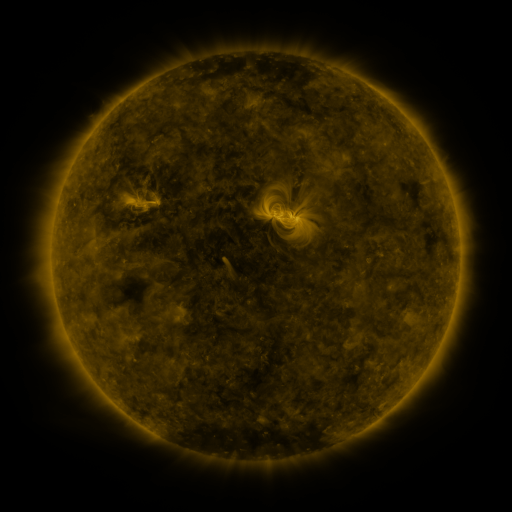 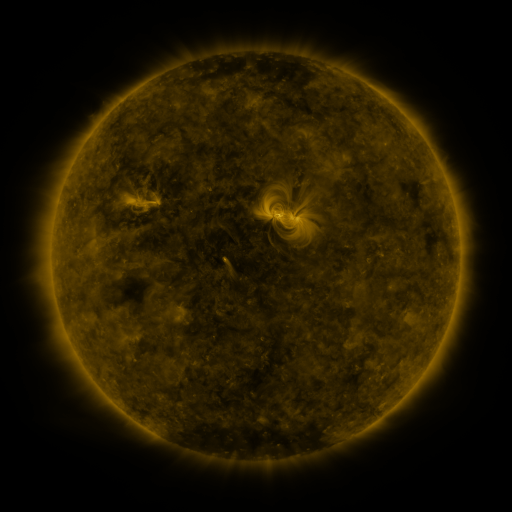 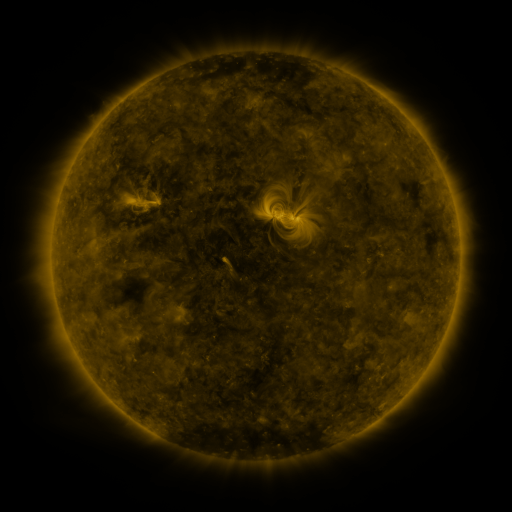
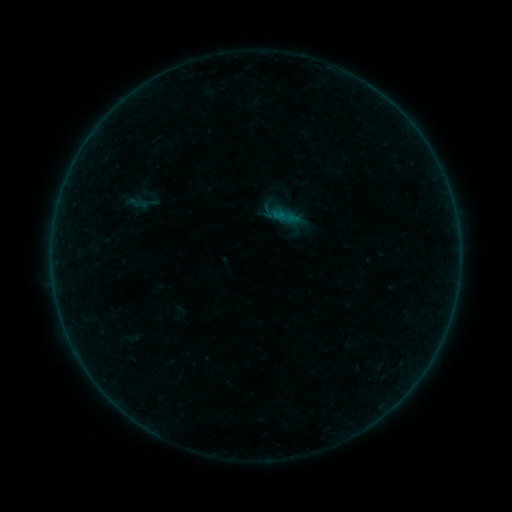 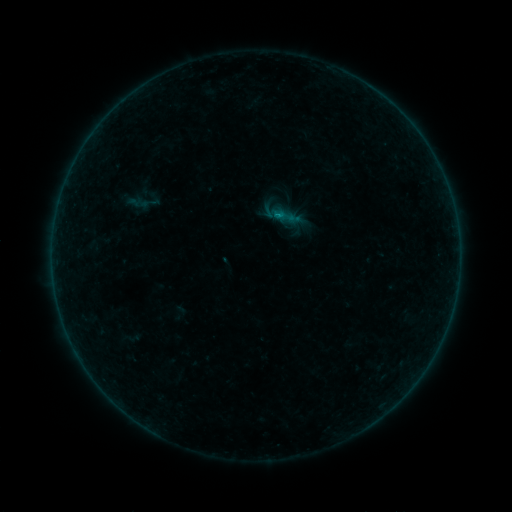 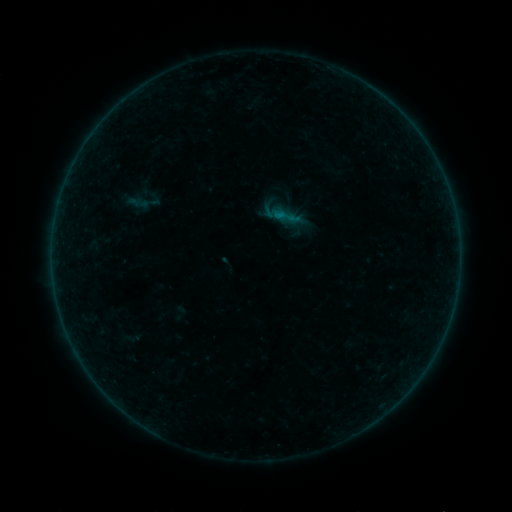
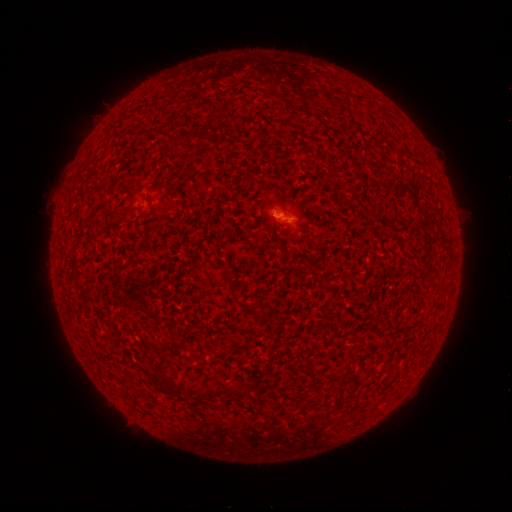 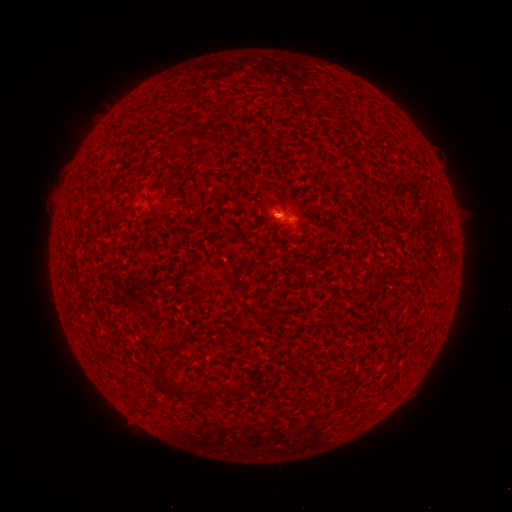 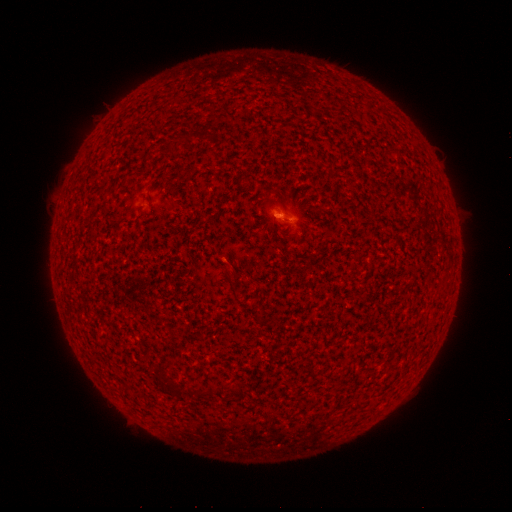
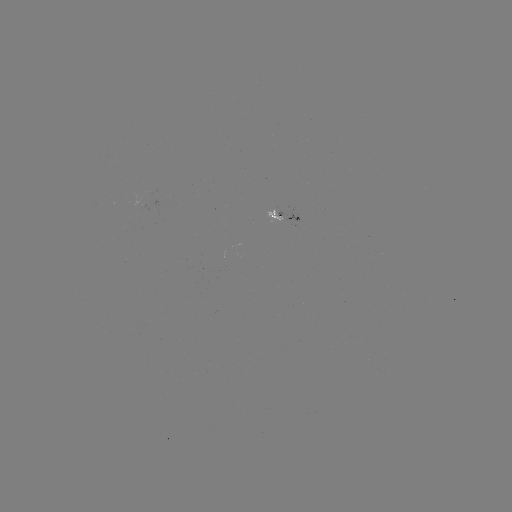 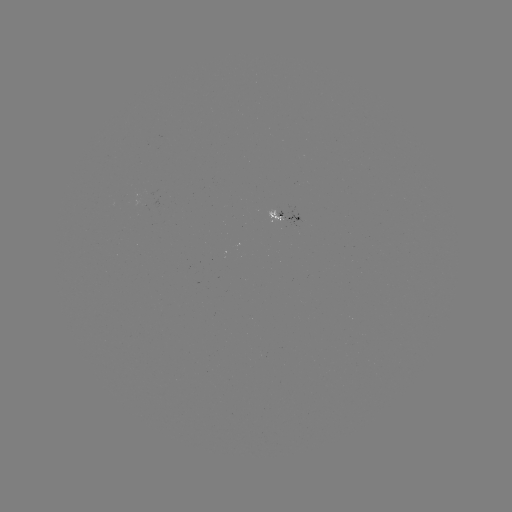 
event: flare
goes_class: B1.3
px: (277, 219)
